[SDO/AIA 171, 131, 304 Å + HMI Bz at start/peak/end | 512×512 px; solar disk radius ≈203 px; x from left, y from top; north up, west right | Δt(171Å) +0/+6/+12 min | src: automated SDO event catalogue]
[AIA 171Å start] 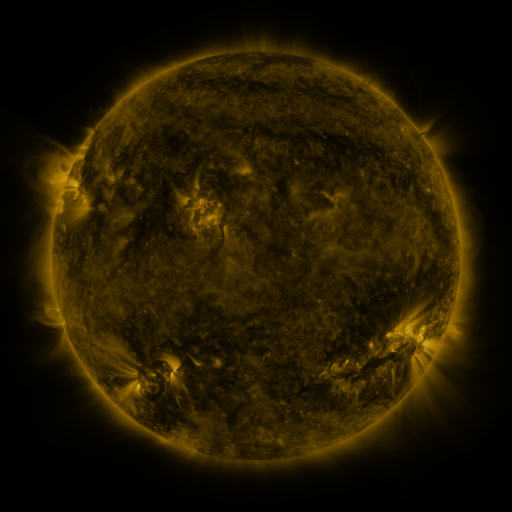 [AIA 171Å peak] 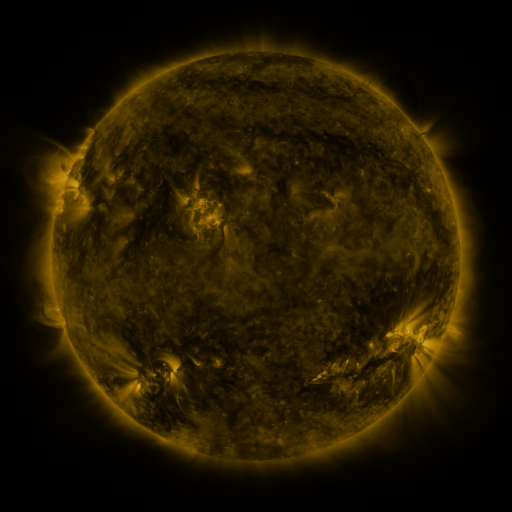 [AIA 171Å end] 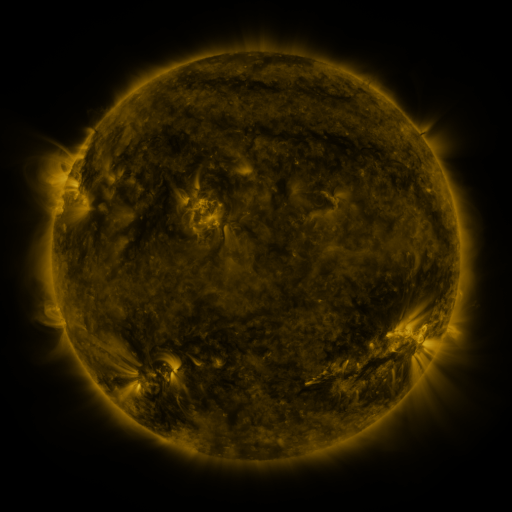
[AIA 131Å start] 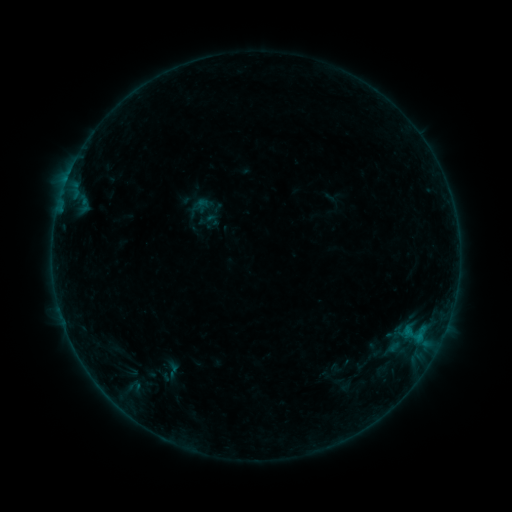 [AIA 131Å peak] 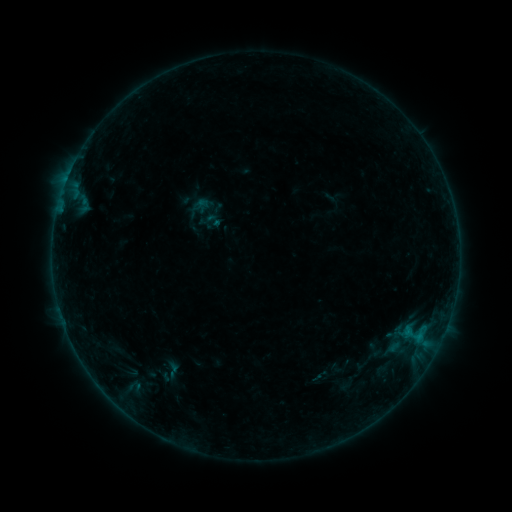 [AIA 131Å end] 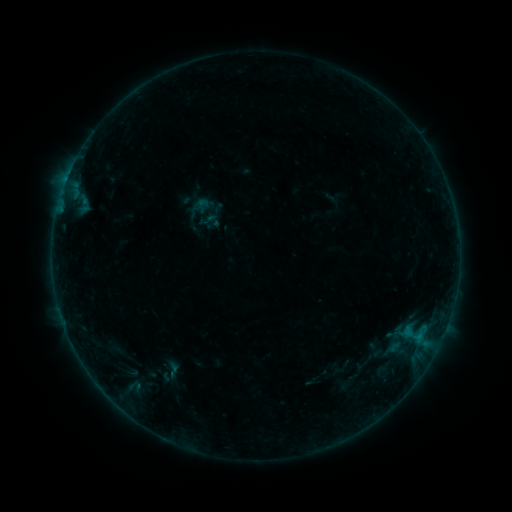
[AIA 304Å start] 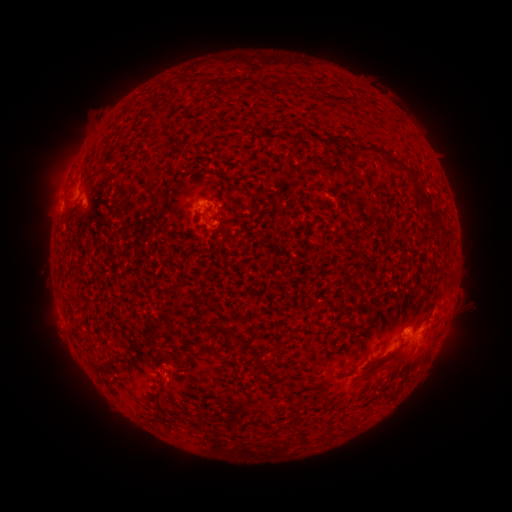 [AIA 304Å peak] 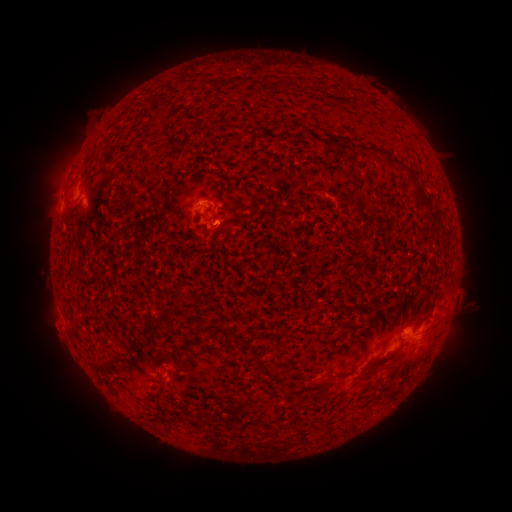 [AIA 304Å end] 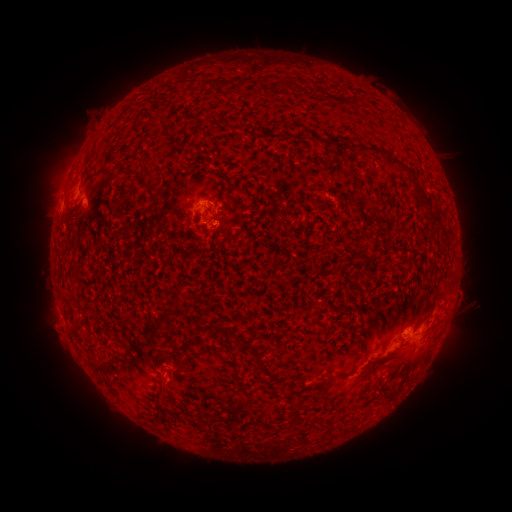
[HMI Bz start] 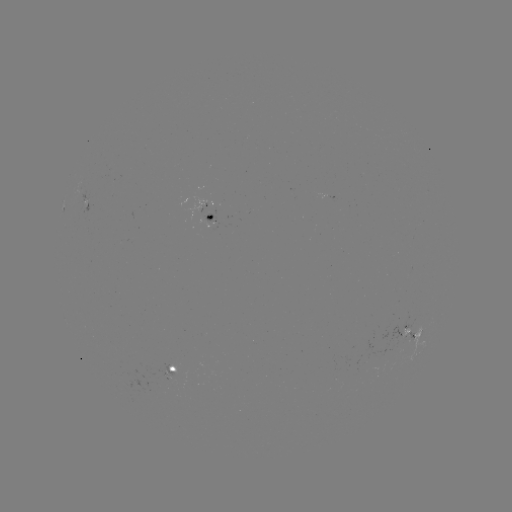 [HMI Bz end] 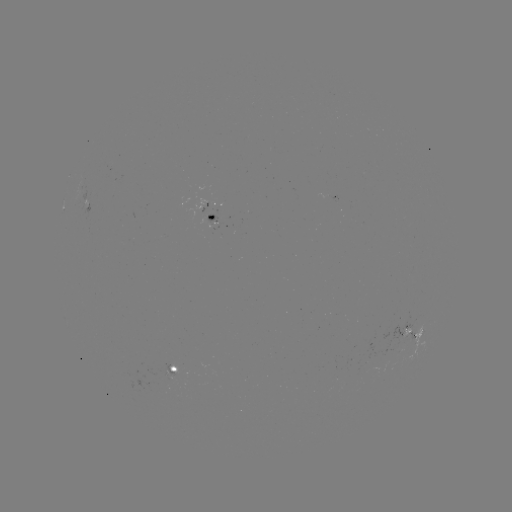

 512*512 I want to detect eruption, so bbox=[29, 310, 74, 354].